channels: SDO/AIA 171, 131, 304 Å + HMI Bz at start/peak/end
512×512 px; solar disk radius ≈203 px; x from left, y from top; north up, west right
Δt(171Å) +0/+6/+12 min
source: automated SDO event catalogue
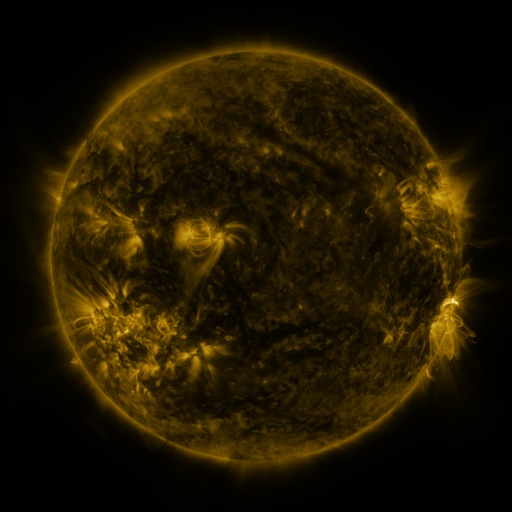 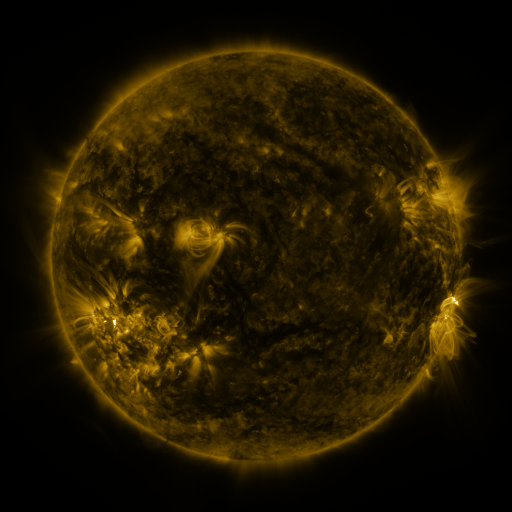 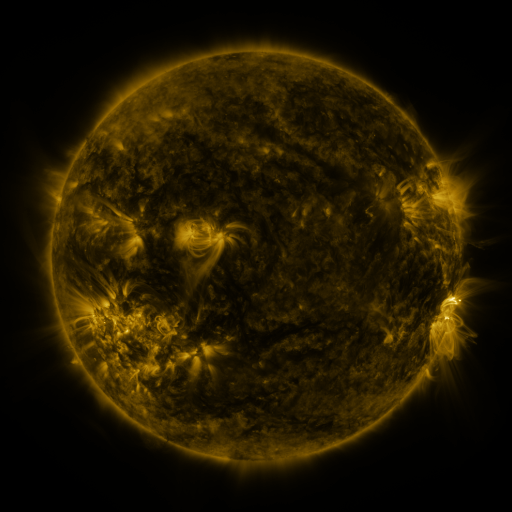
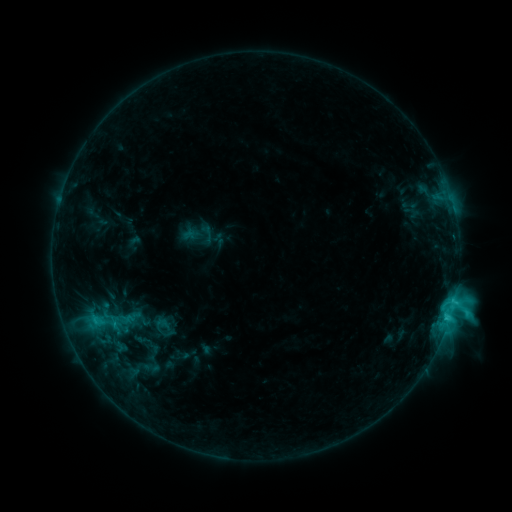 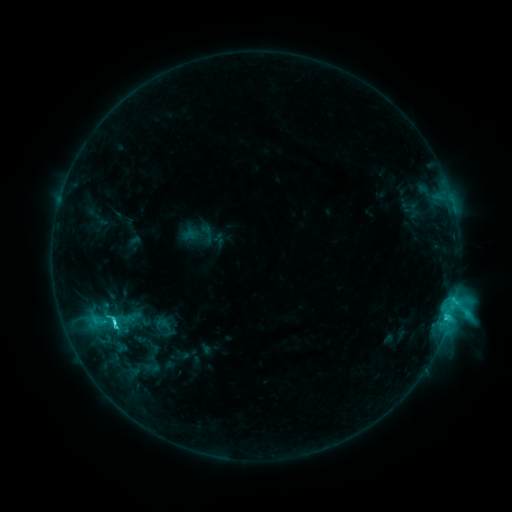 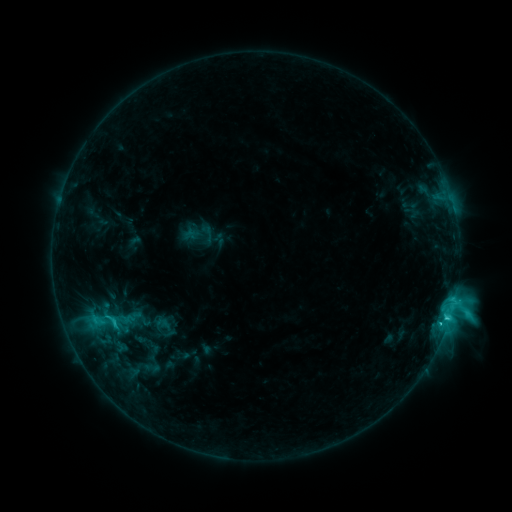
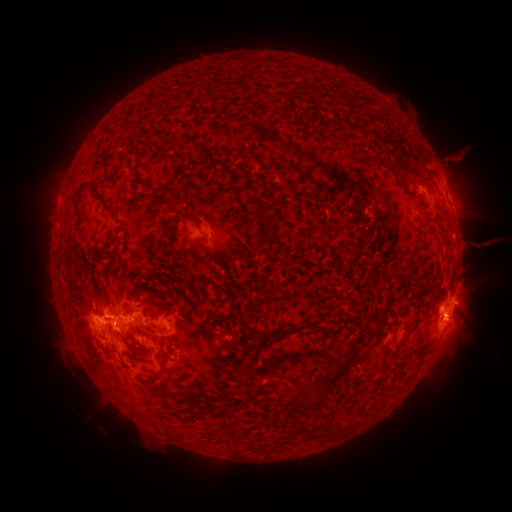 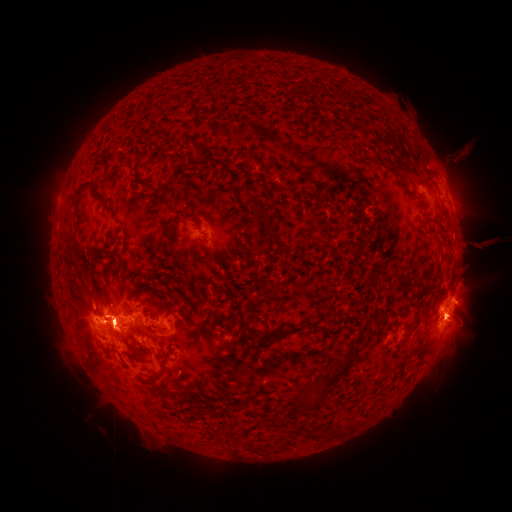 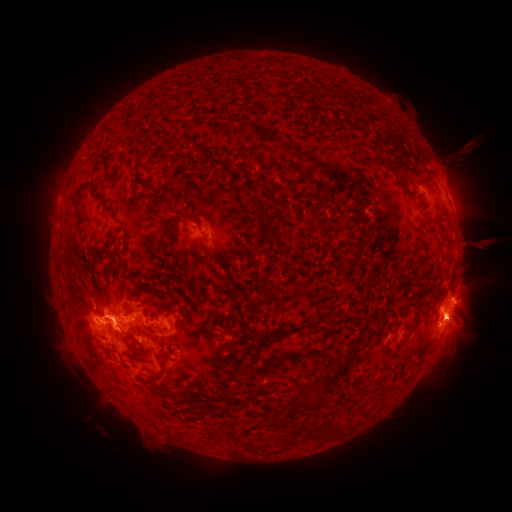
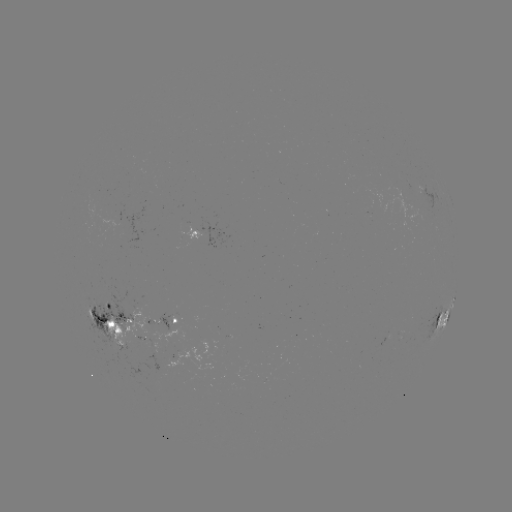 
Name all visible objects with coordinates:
C6.6 flare: (115, 320)
